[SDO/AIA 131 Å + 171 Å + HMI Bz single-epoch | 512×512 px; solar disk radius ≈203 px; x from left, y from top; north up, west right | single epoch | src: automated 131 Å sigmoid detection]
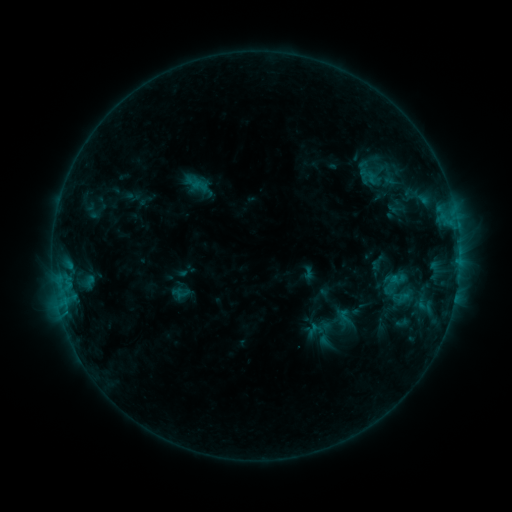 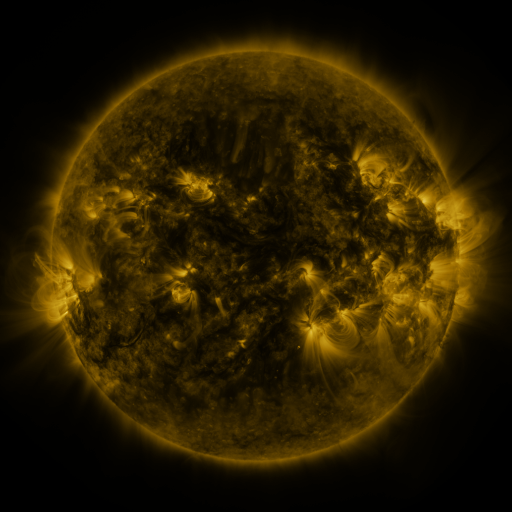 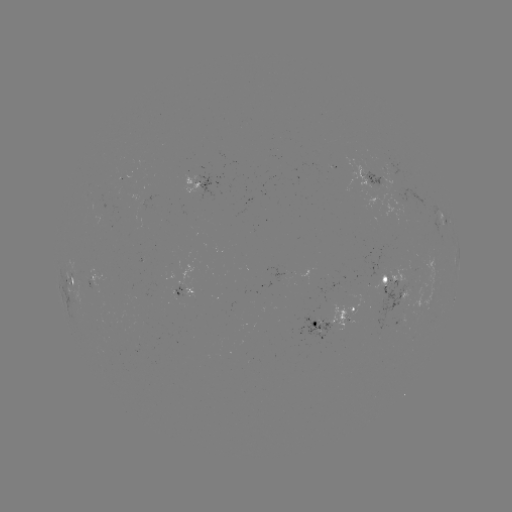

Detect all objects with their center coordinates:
sigmoid: (191, 177, 208, 194)
sigmoid: (337, 308, 353, 325)
